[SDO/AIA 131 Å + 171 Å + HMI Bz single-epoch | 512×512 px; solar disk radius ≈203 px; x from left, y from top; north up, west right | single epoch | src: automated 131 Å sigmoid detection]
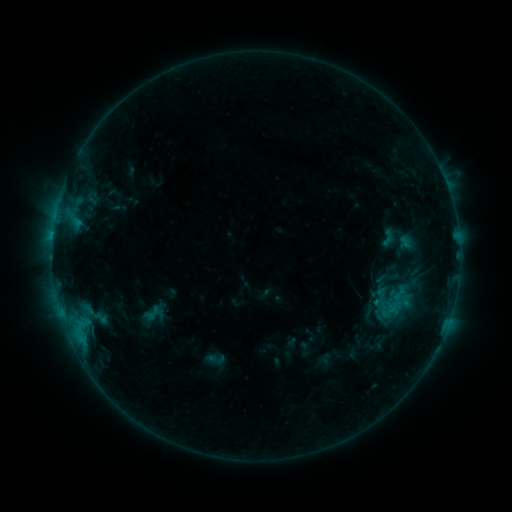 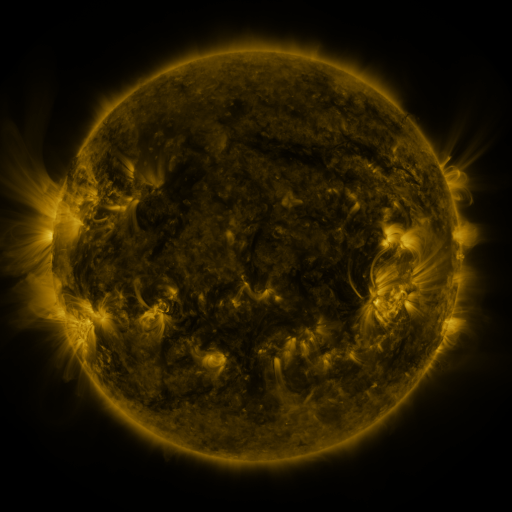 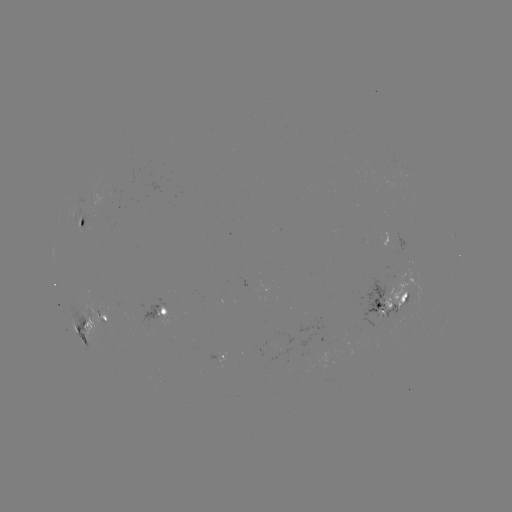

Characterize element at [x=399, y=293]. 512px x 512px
sigmoid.